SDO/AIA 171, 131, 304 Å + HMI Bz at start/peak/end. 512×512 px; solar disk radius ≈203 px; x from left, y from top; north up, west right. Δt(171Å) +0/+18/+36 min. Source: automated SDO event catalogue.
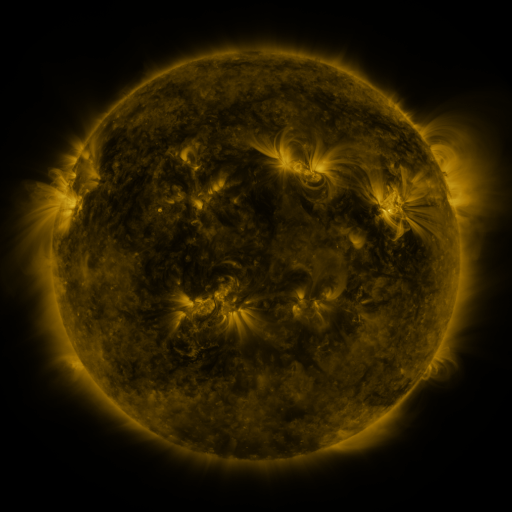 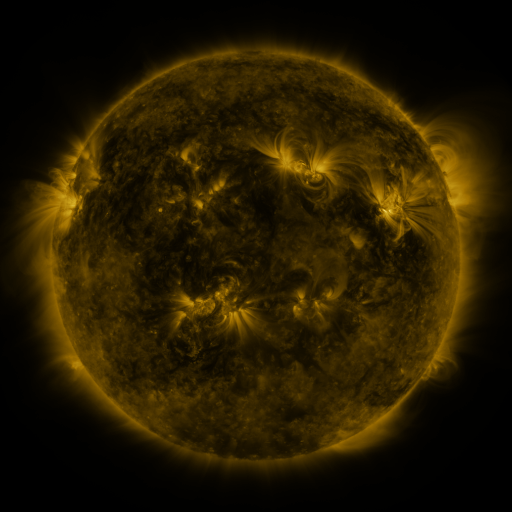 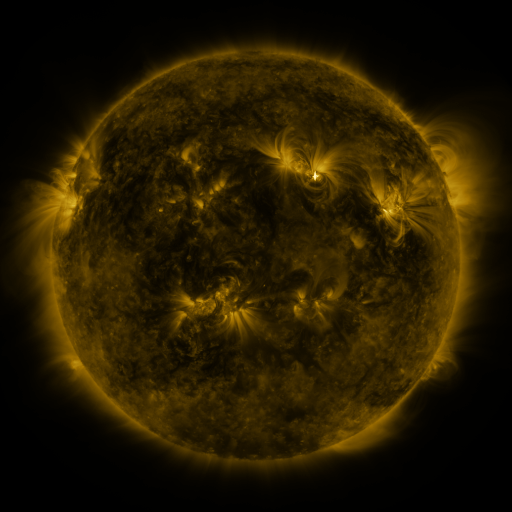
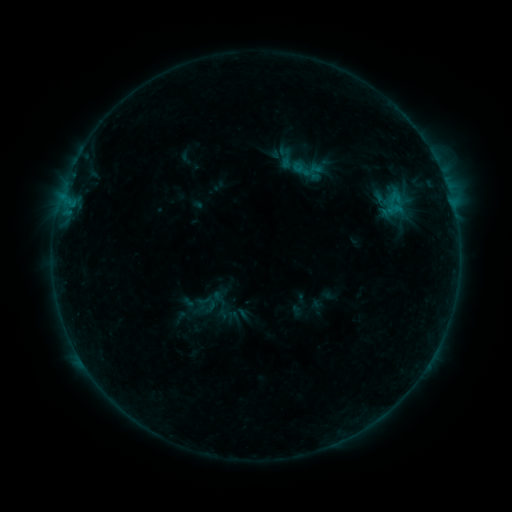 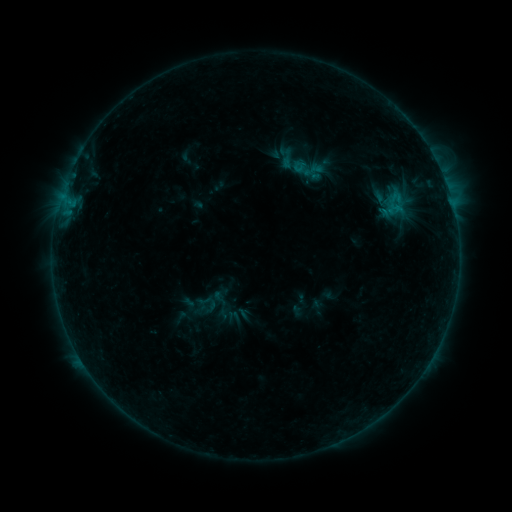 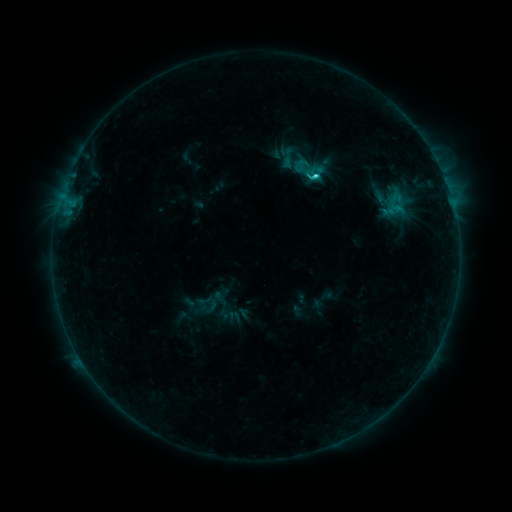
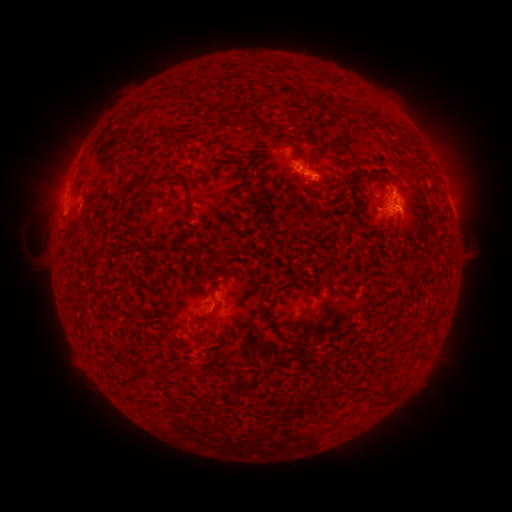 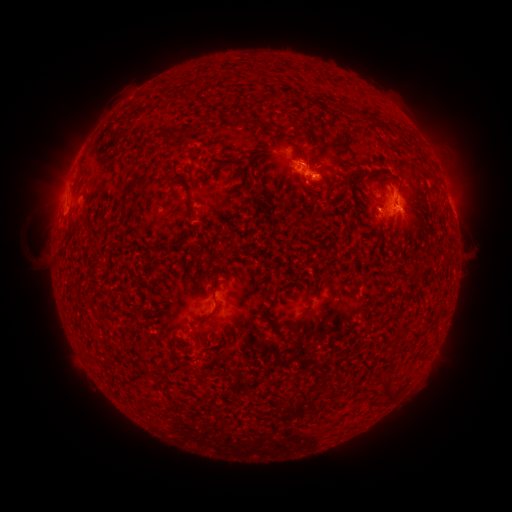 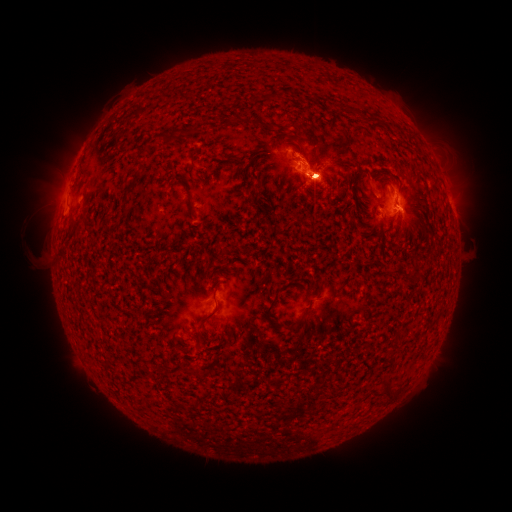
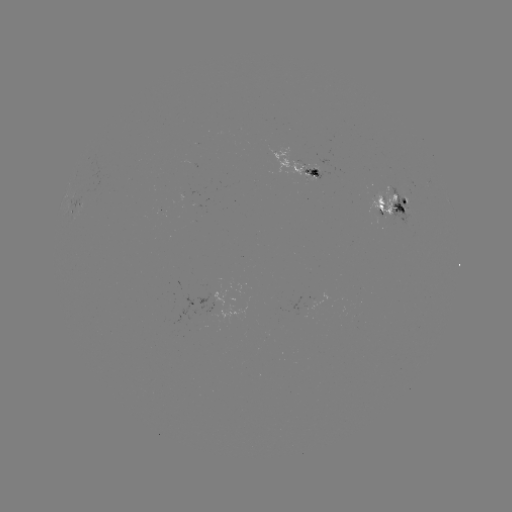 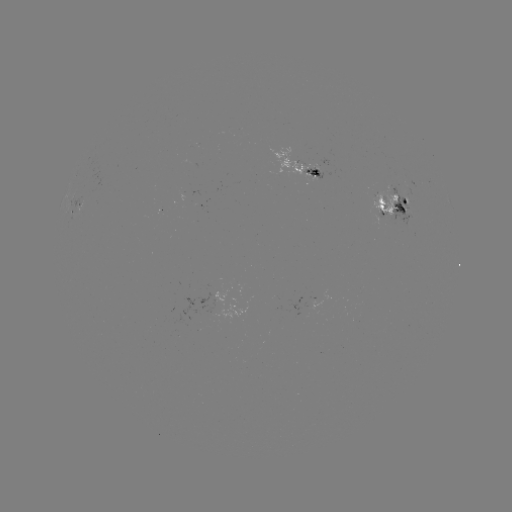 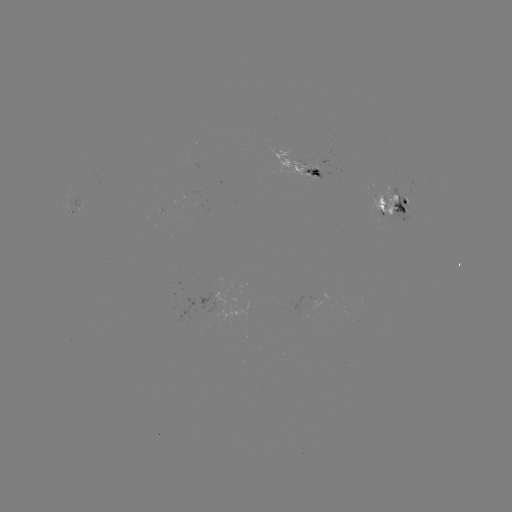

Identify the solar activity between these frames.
emerging-flux region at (312, 175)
